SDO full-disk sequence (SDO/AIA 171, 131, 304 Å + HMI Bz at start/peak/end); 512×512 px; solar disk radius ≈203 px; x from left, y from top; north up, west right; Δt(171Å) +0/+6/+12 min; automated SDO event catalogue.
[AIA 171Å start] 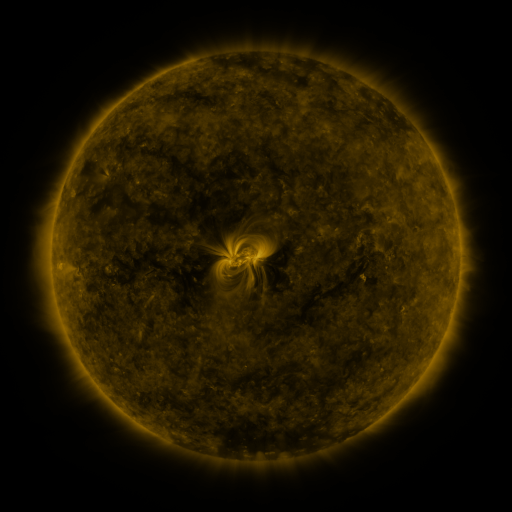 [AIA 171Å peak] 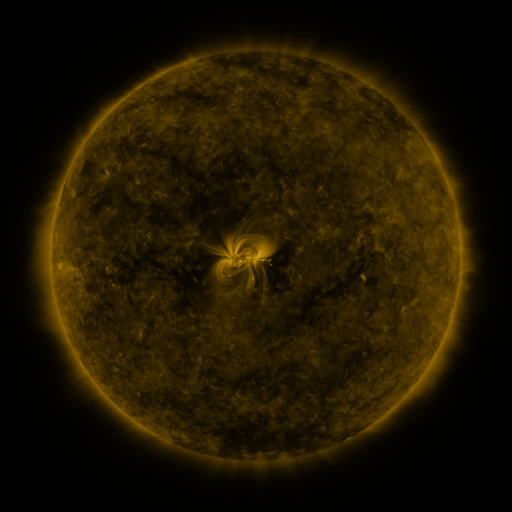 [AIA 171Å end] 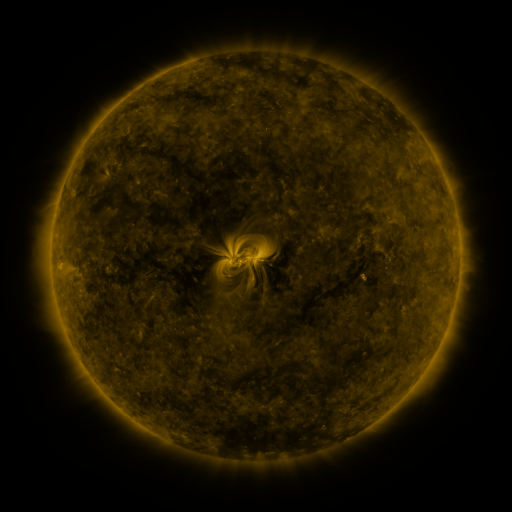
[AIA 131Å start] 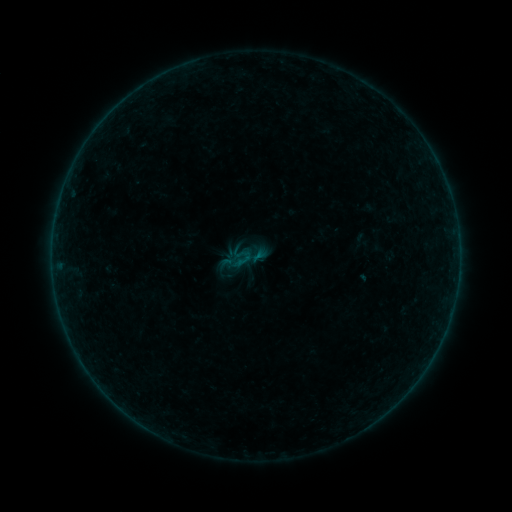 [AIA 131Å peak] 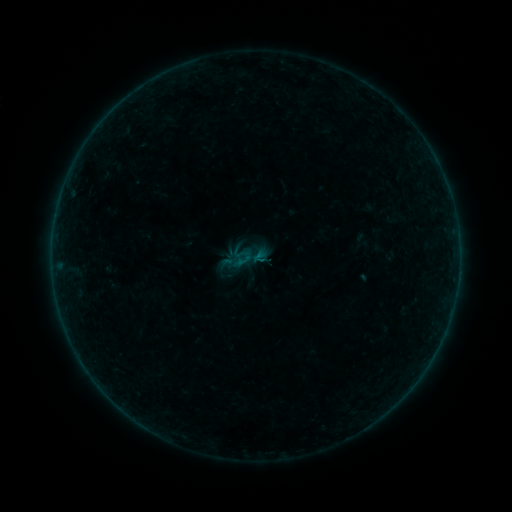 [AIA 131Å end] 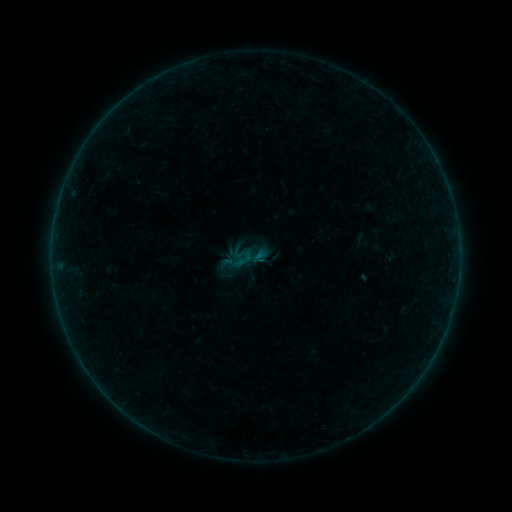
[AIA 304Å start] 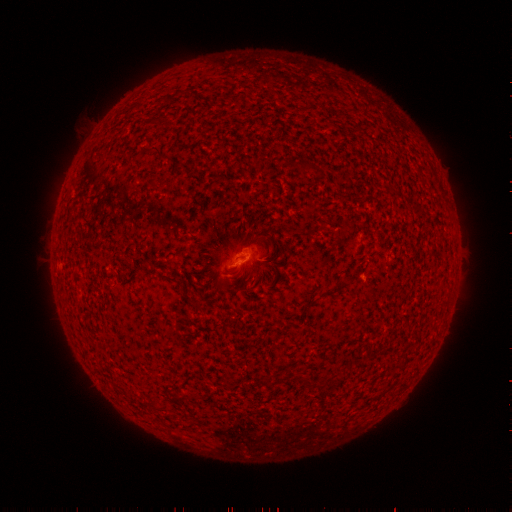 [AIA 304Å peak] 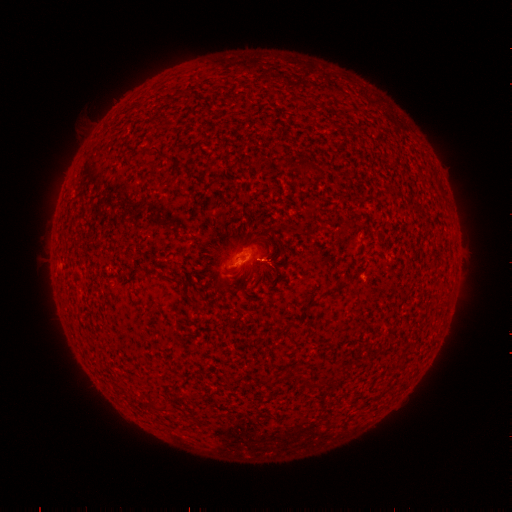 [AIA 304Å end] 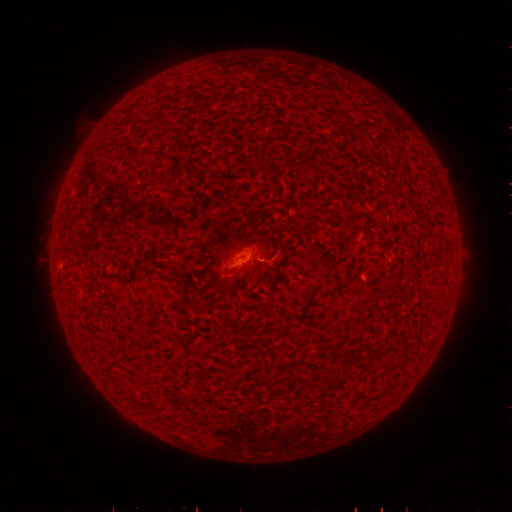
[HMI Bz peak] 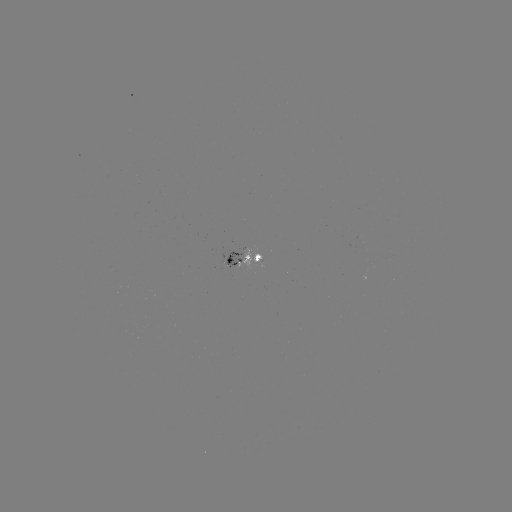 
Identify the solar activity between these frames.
B1.3 flare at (259, 260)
